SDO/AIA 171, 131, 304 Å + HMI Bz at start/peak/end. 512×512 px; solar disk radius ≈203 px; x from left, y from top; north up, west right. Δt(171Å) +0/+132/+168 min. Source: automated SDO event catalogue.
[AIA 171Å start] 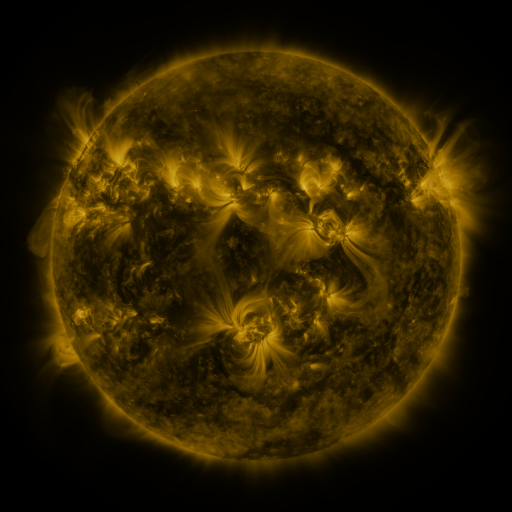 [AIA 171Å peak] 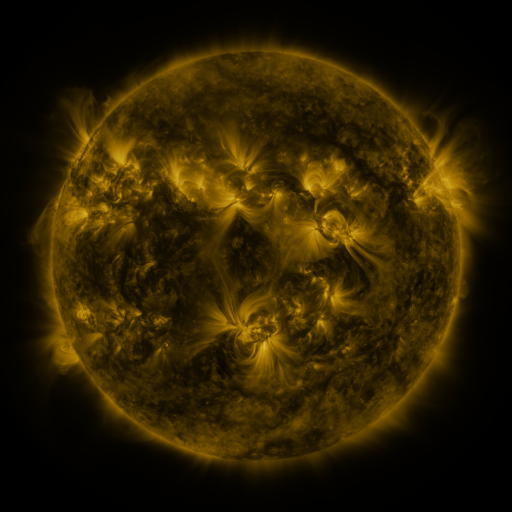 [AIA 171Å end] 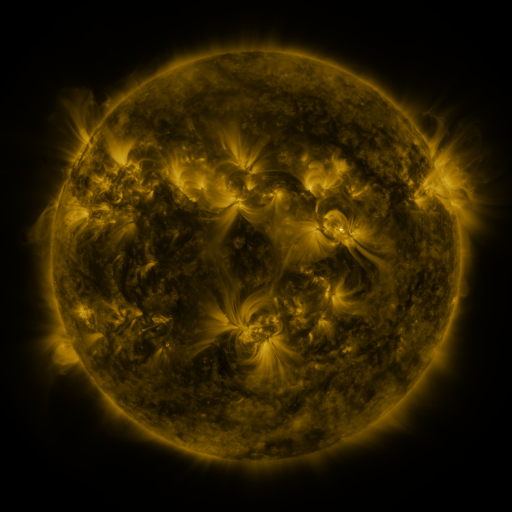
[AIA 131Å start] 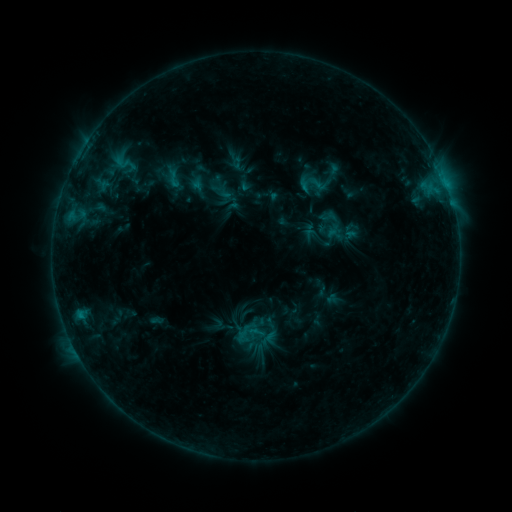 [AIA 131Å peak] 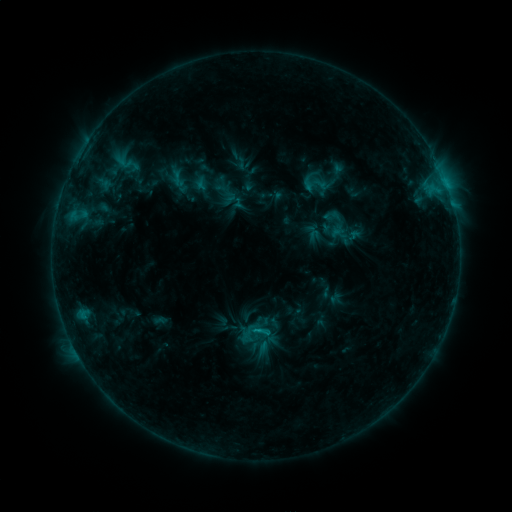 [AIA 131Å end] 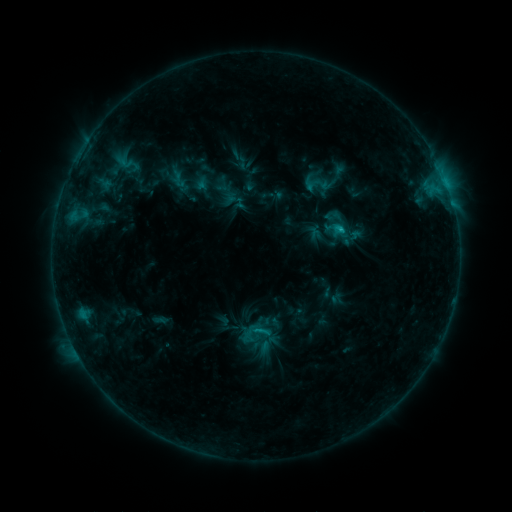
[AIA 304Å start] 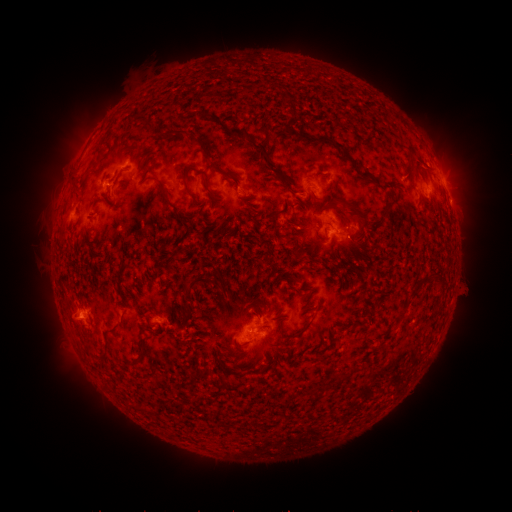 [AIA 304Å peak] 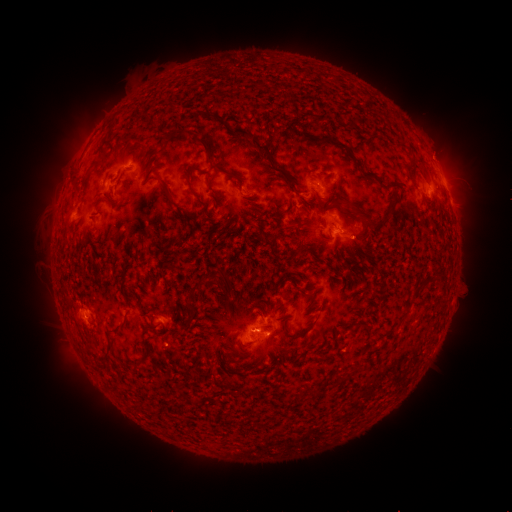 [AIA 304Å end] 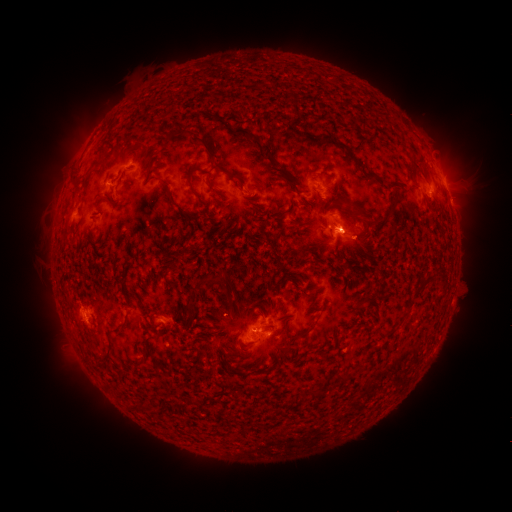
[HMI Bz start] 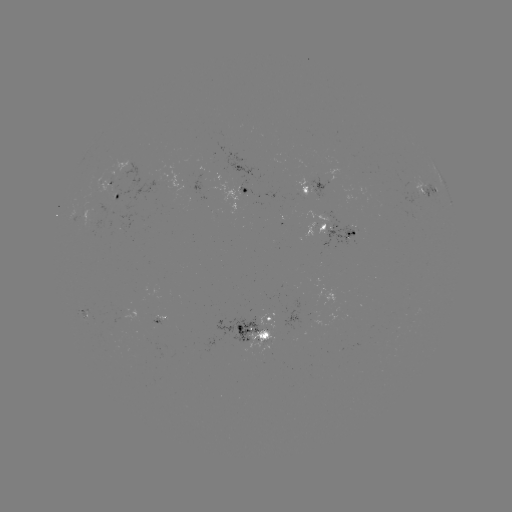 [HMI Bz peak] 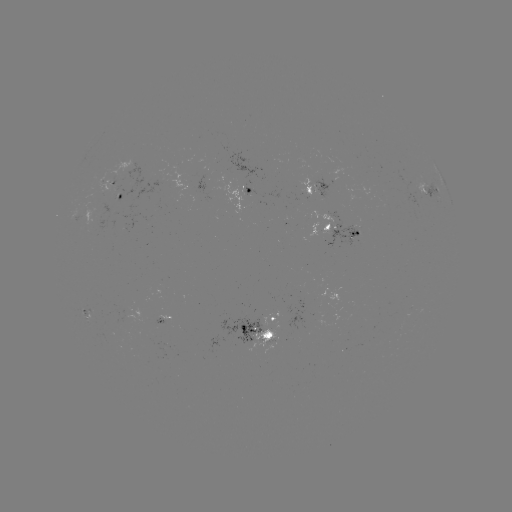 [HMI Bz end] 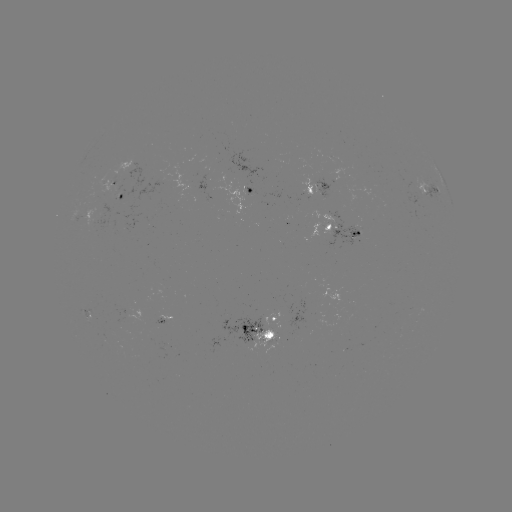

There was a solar emerging-flux region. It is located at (99, 216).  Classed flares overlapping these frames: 2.